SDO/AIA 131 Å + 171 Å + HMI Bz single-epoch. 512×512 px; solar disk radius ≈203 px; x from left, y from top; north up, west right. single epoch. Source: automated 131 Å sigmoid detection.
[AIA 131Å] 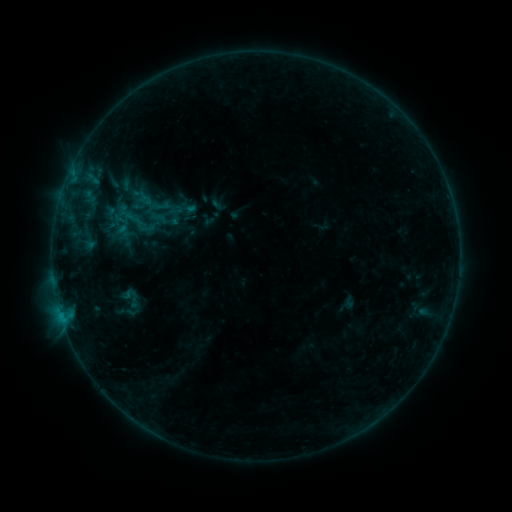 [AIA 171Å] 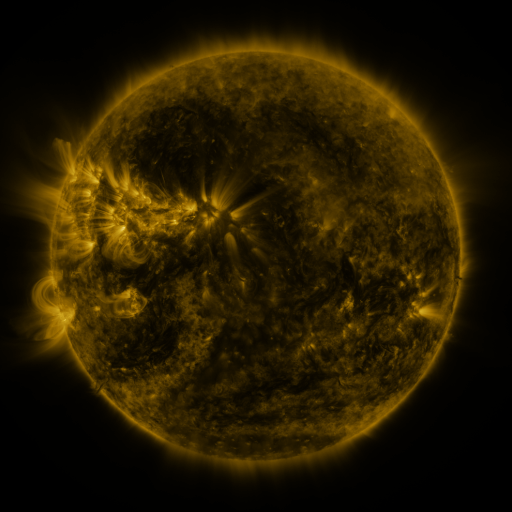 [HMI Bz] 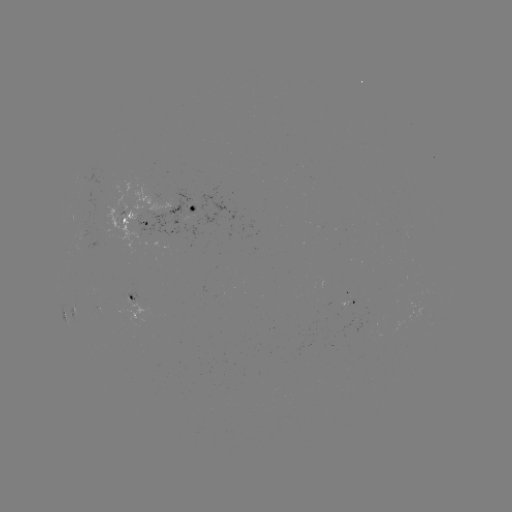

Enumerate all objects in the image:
sigmoid: (130, 298)
